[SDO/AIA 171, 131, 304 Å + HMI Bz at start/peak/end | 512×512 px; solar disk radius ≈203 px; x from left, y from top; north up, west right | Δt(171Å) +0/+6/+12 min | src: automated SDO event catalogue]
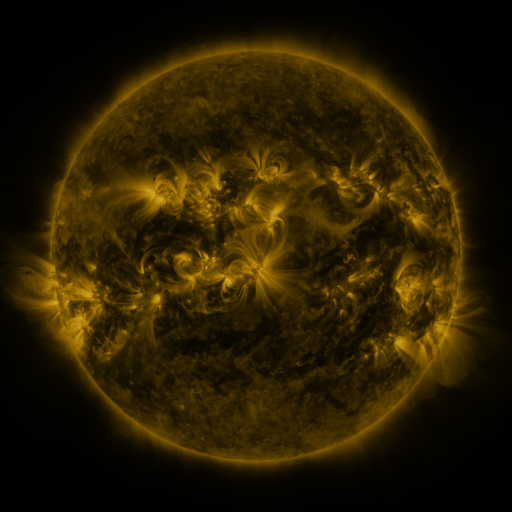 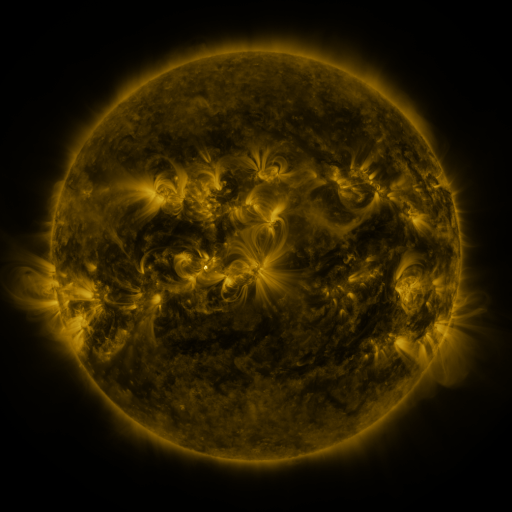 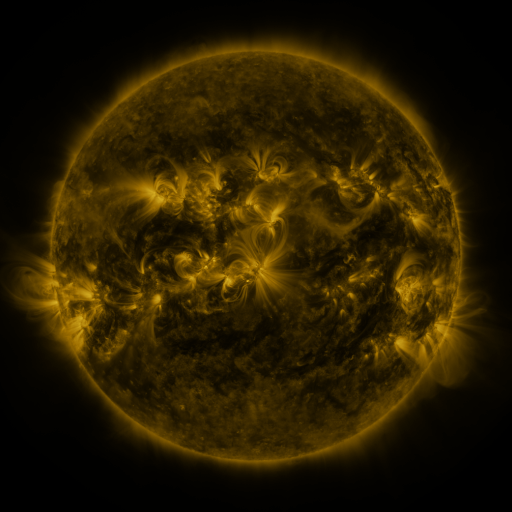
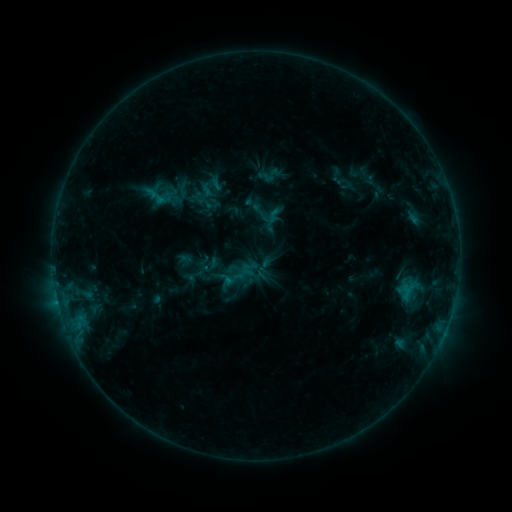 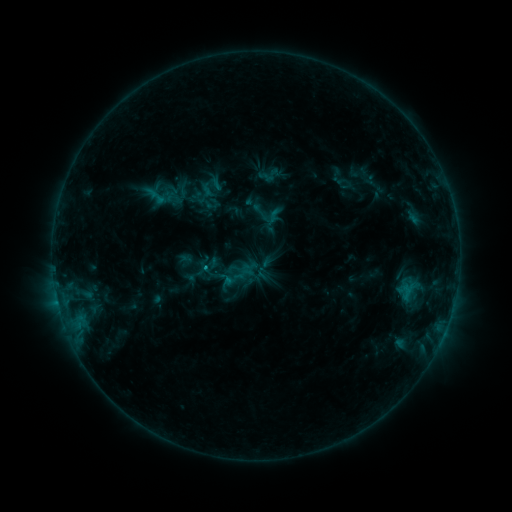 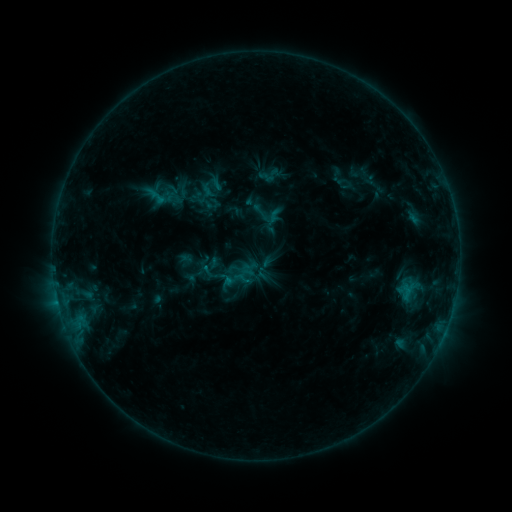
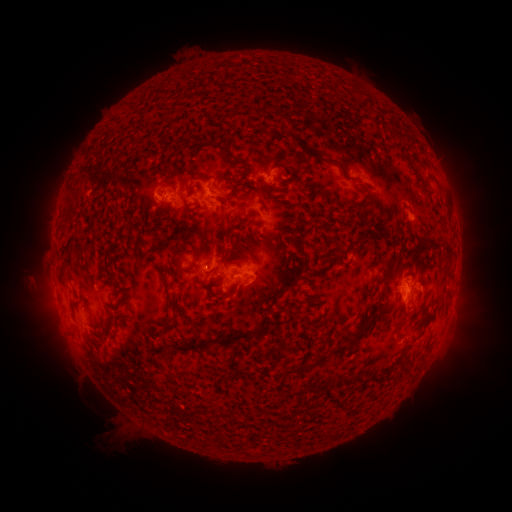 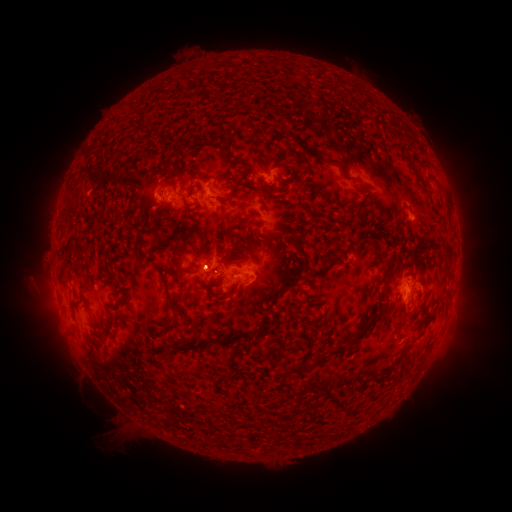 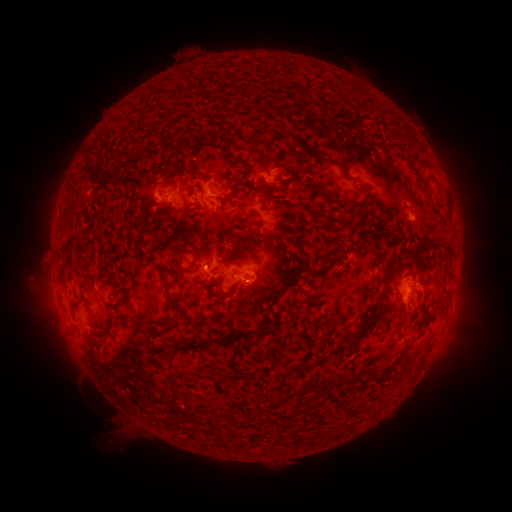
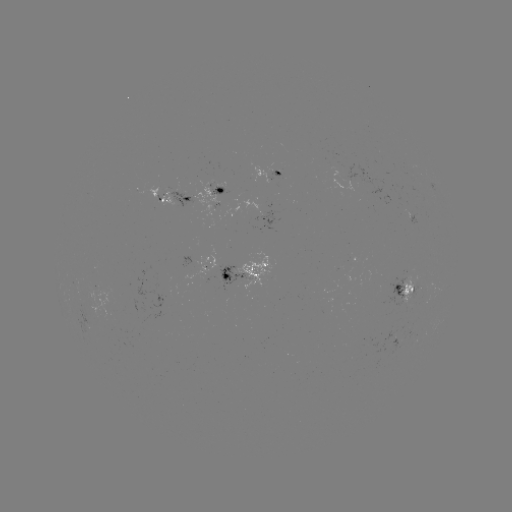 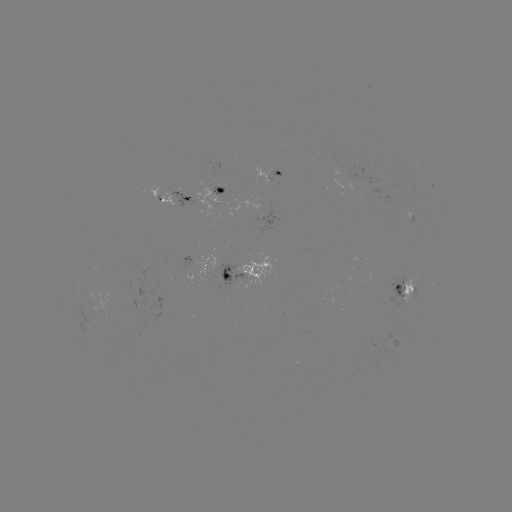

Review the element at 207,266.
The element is B5.6 flare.